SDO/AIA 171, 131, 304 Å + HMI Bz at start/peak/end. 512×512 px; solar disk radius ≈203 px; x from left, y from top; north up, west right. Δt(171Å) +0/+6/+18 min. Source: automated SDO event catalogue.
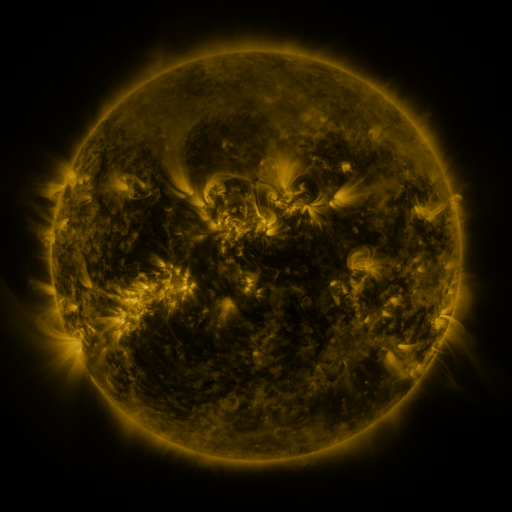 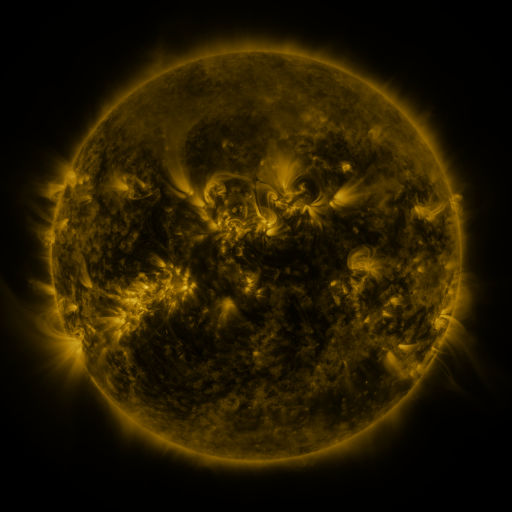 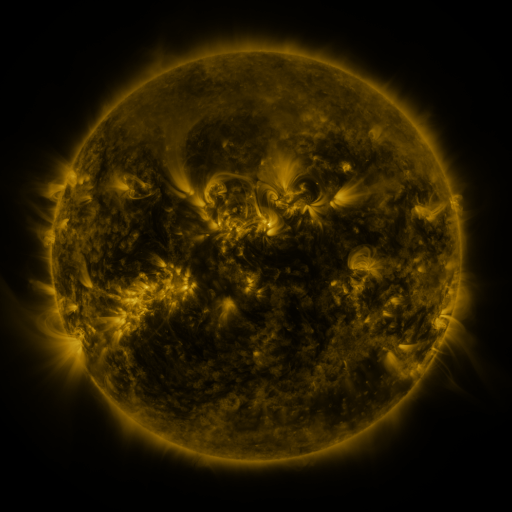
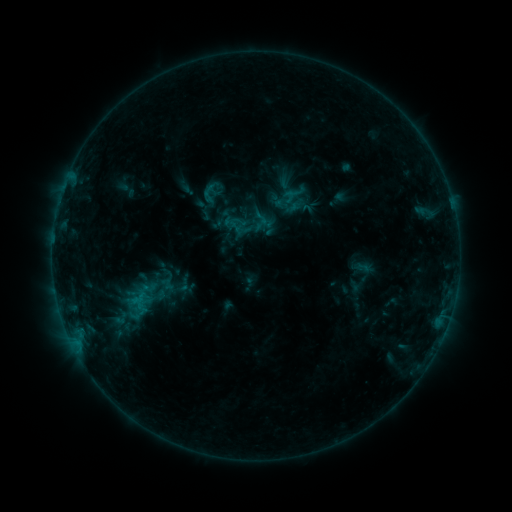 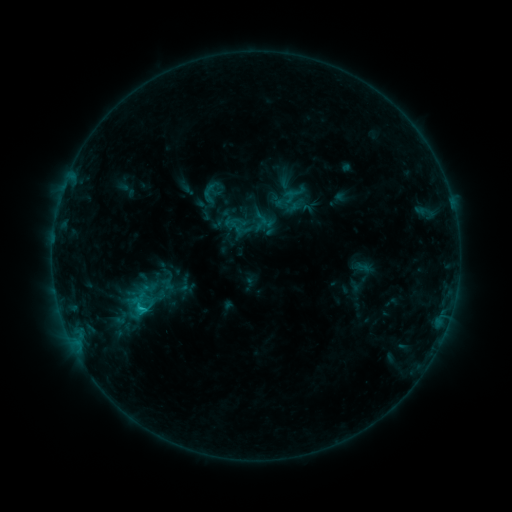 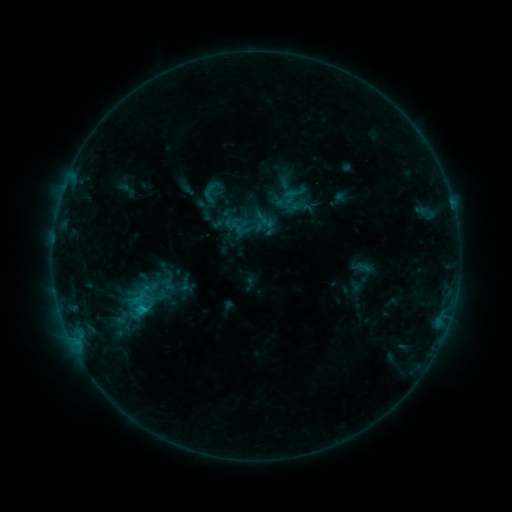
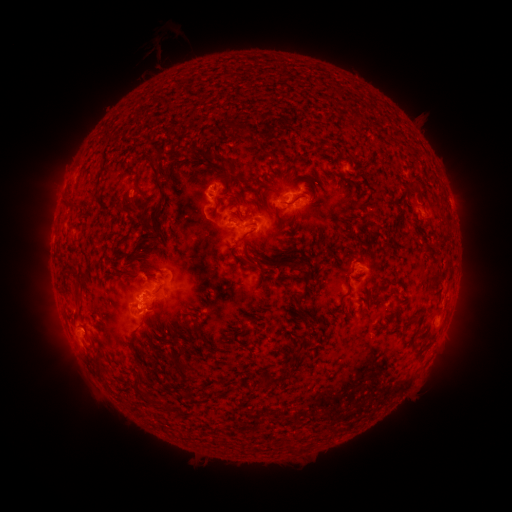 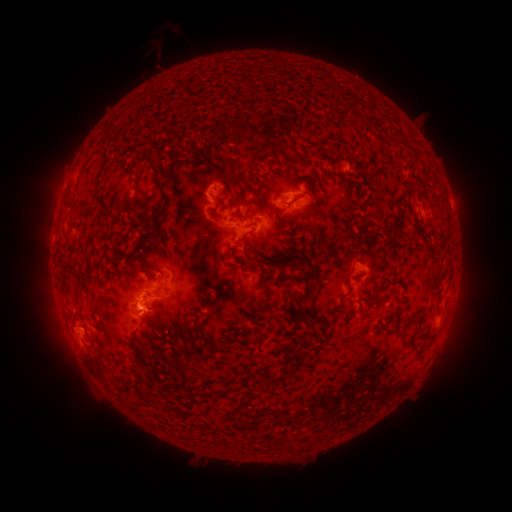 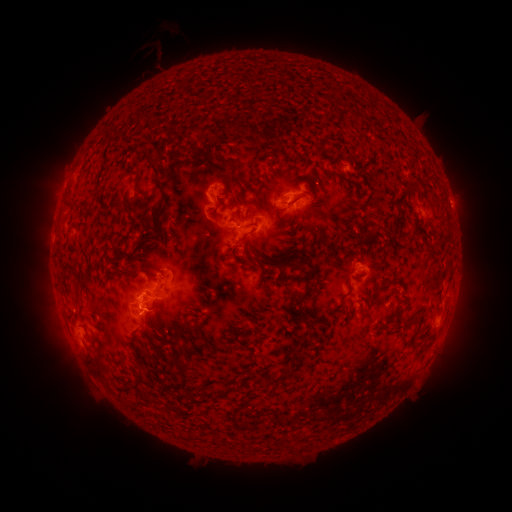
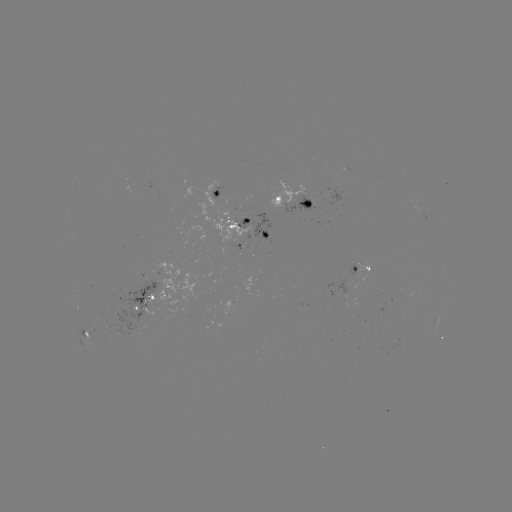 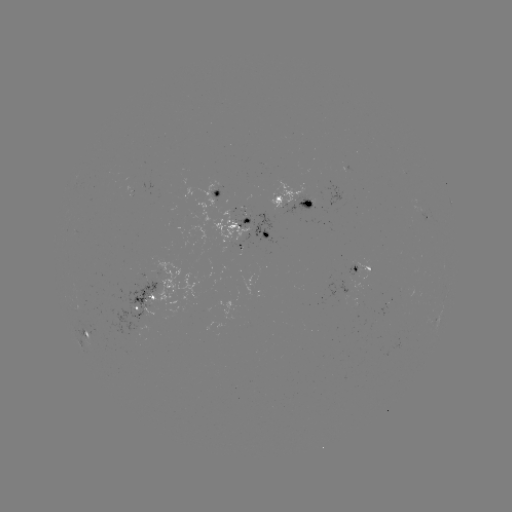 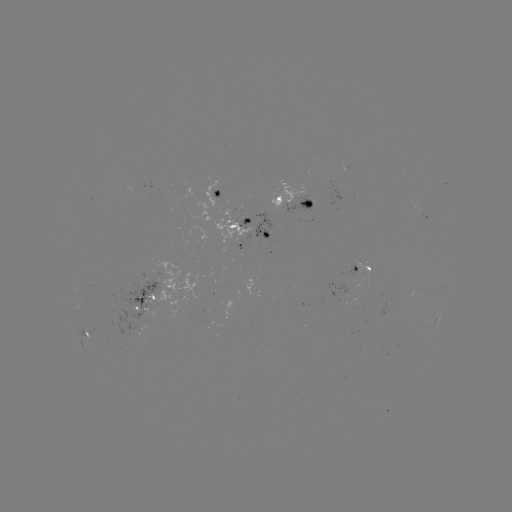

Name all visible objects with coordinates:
C1.3 flare: (144, 307)
